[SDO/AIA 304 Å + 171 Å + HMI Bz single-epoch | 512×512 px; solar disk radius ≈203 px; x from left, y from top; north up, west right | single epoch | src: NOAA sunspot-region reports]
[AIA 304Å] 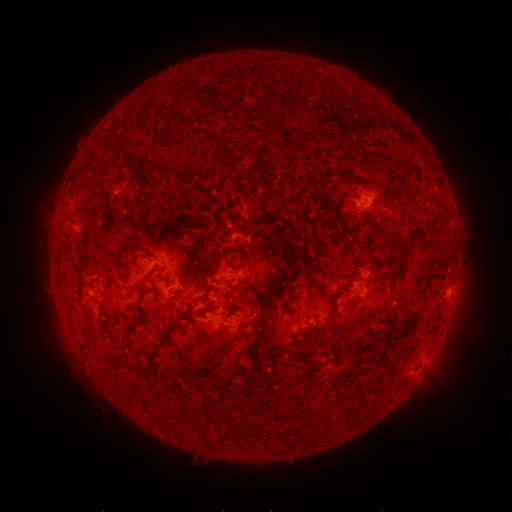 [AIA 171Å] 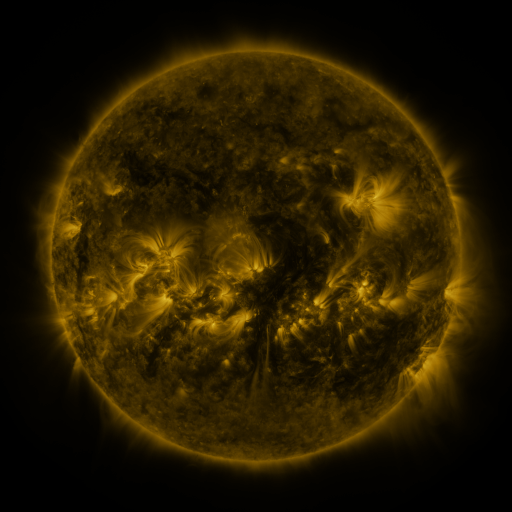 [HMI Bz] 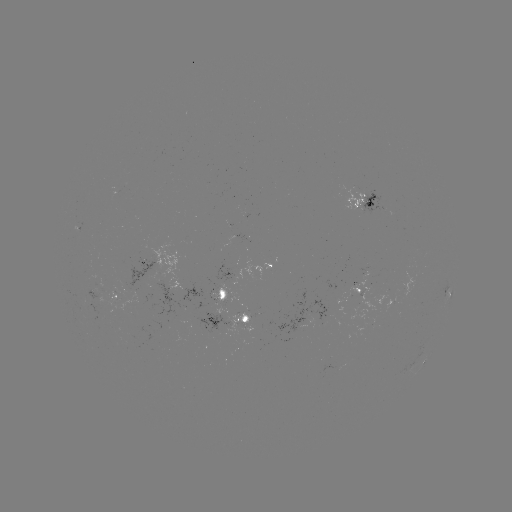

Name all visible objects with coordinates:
spotted active region: (362, 201)
spotted active region: (142, 261)
spotted active region: (273, 265)
spotted active region: (357, 289)
spotted active region: (449, 290)
spotted active region: (221, 293)
spotted active region: (114, 295)
spotted active region: (226, 321)
spotted active region: (423, 363)
